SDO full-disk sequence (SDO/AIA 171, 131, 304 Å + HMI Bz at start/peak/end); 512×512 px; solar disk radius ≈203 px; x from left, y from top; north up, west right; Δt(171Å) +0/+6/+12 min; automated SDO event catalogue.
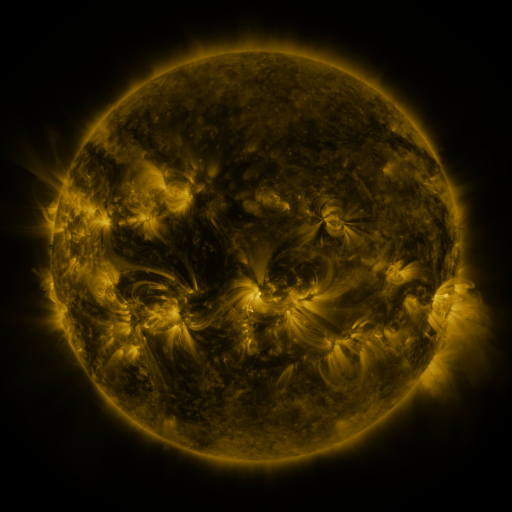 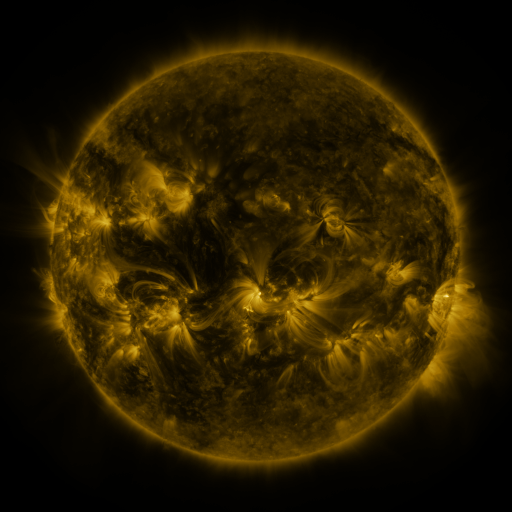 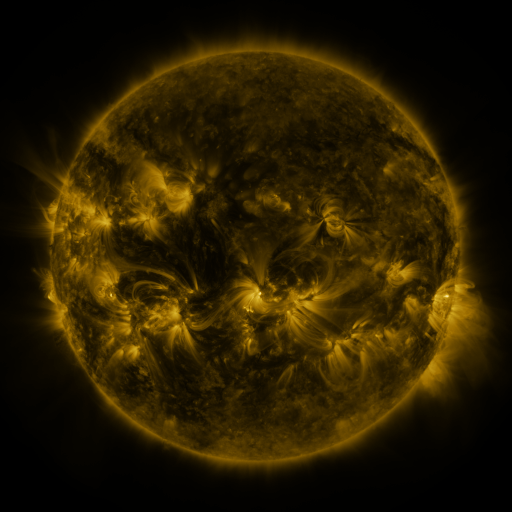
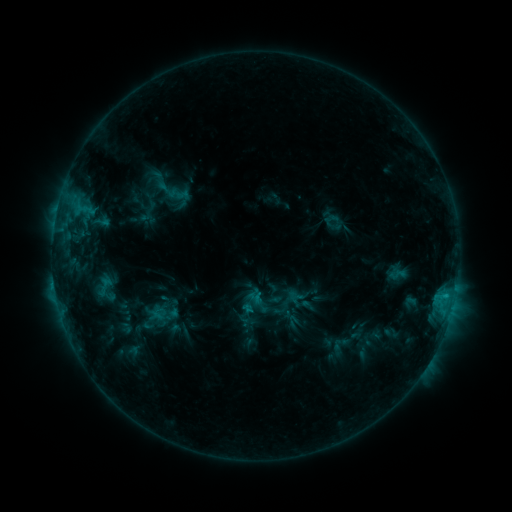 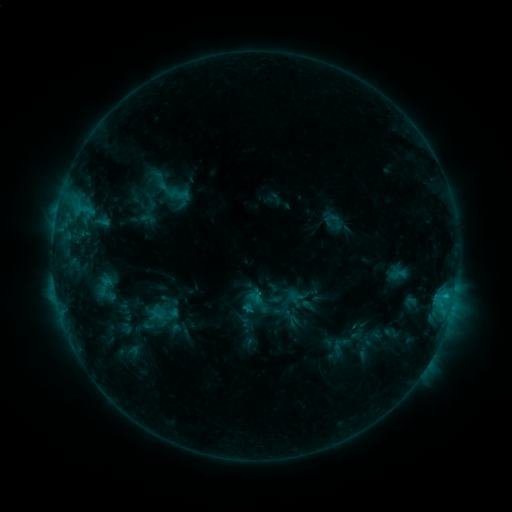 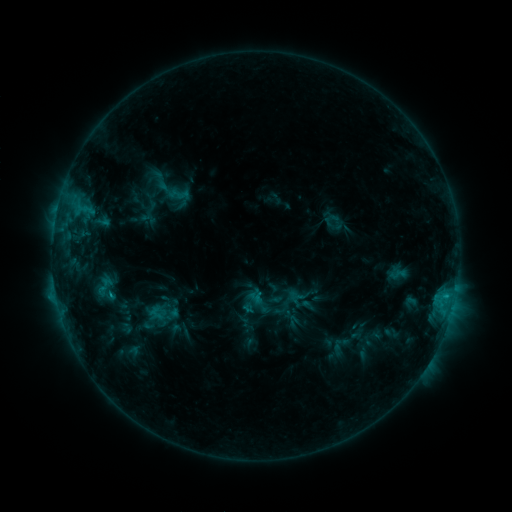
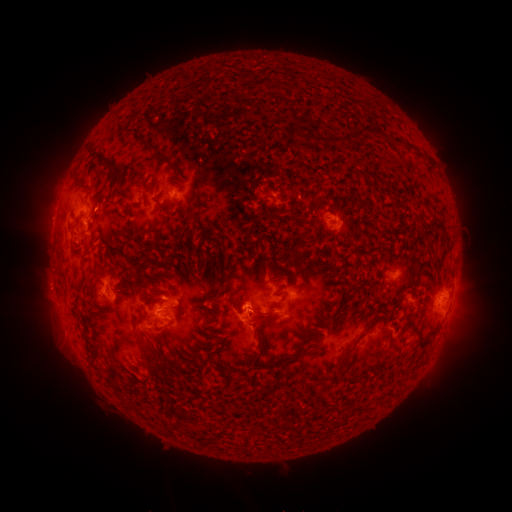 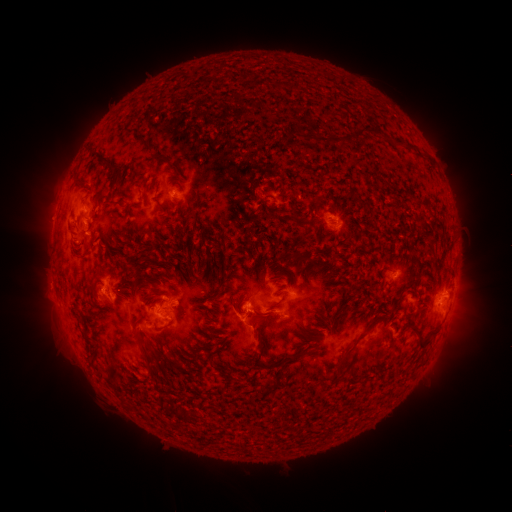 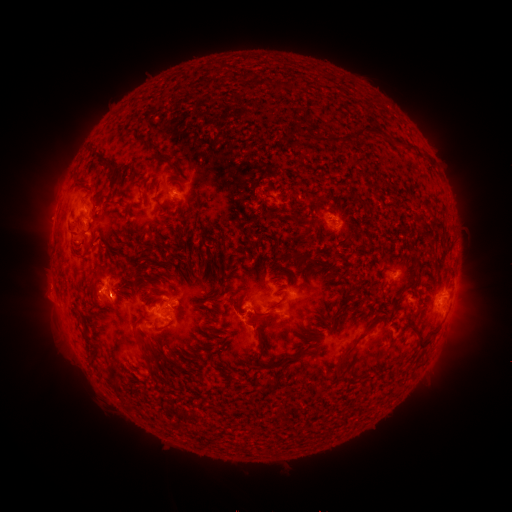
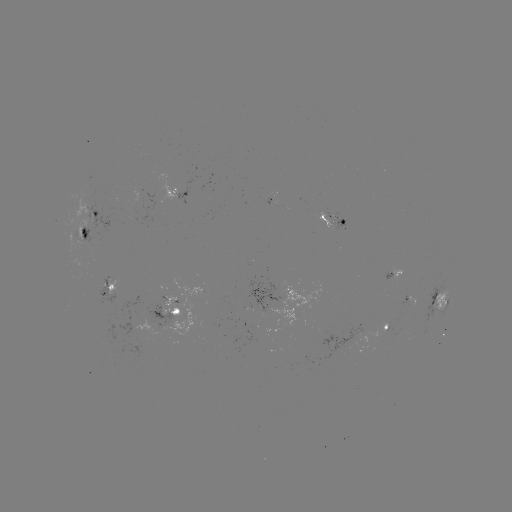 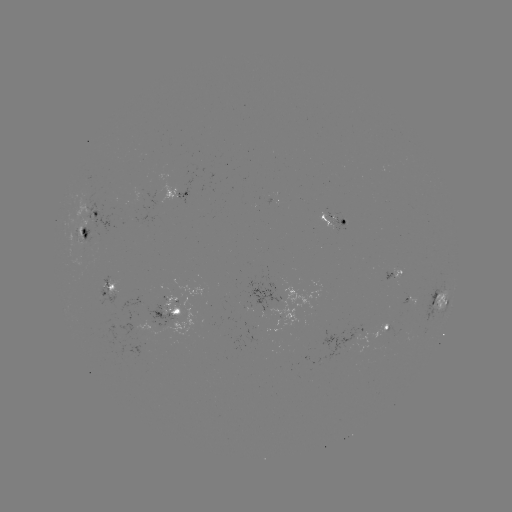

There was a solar eruption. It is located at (92, 291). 